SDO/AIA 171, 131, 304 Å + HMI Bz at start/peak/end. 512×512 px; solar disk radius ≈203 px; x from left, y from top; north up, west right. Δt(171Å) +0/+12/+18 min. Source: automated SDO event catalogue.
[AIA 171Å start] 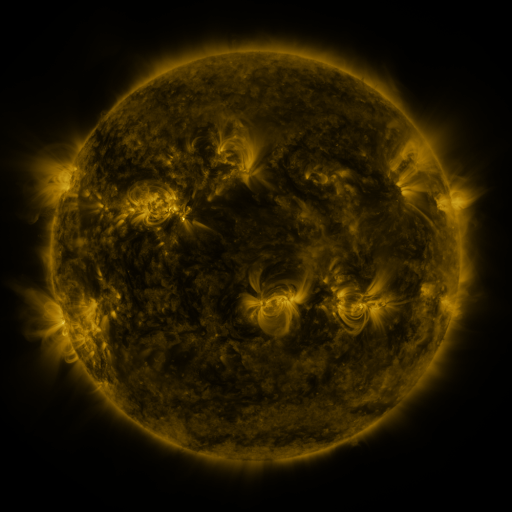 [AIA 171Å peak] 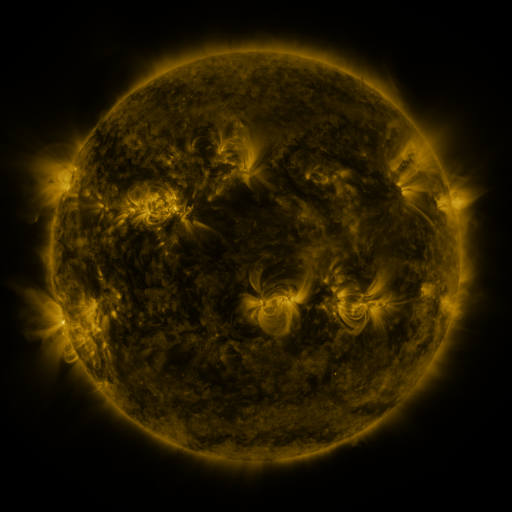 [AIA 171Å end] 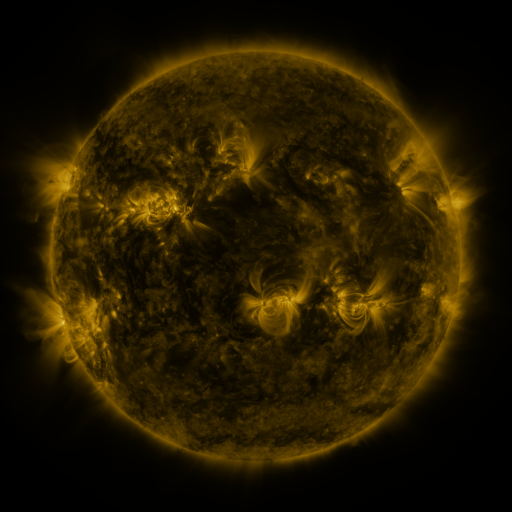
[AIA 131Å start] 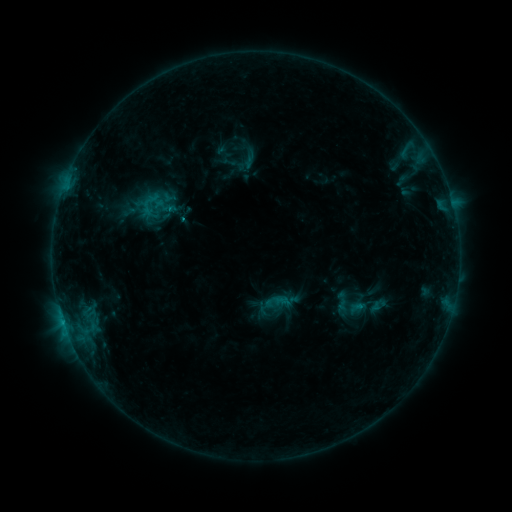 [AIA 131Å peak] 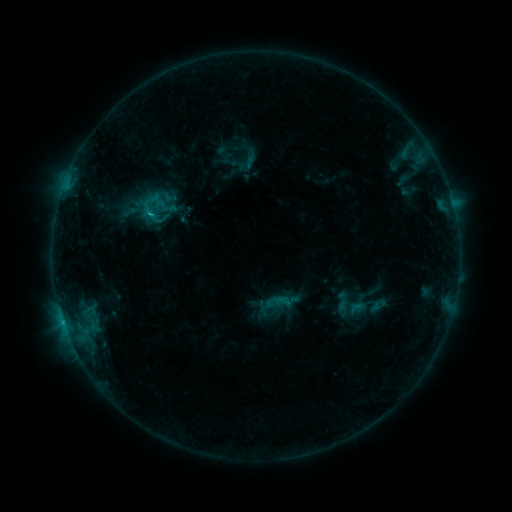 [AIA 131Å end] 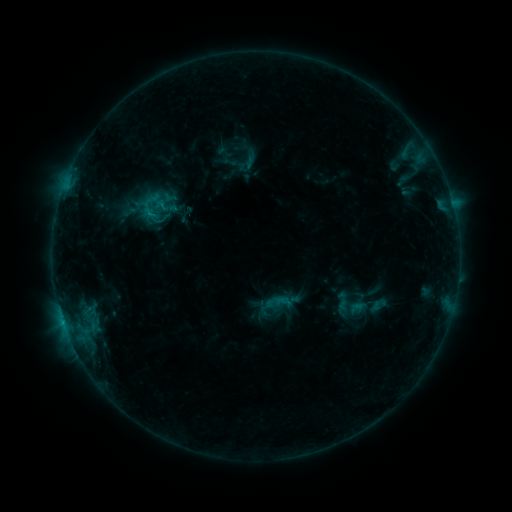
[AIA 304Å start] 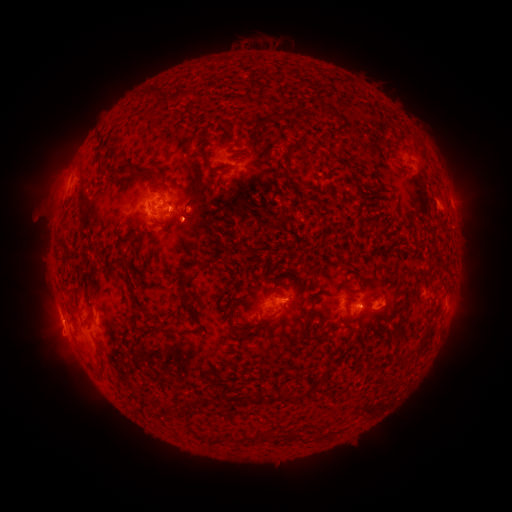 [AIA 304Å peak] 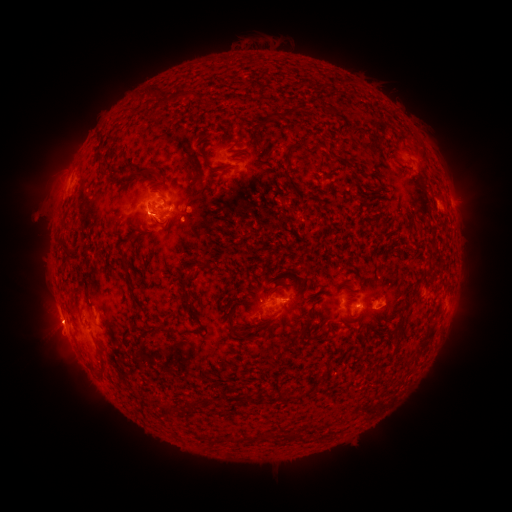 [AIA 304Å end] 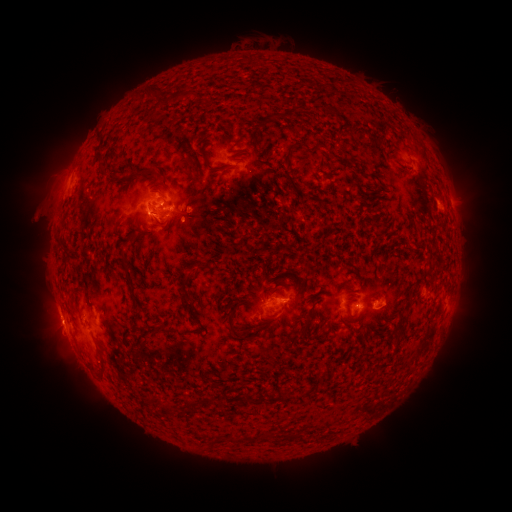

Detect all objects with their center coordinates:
C1.3 flare: (152, 214)
